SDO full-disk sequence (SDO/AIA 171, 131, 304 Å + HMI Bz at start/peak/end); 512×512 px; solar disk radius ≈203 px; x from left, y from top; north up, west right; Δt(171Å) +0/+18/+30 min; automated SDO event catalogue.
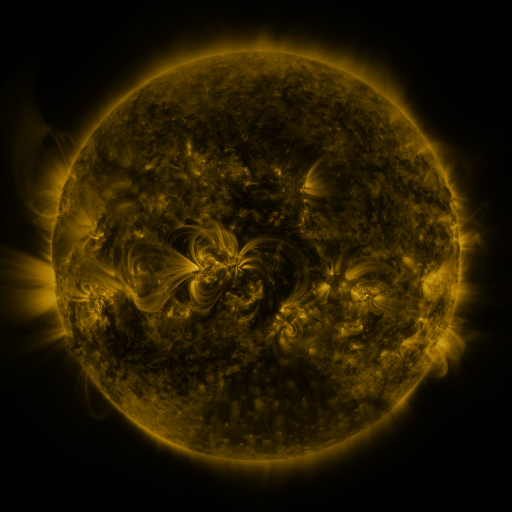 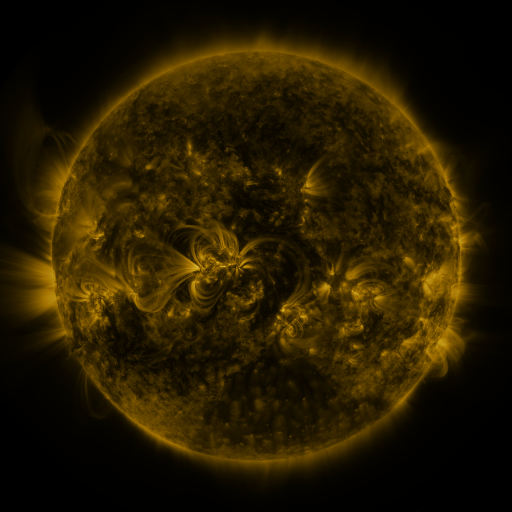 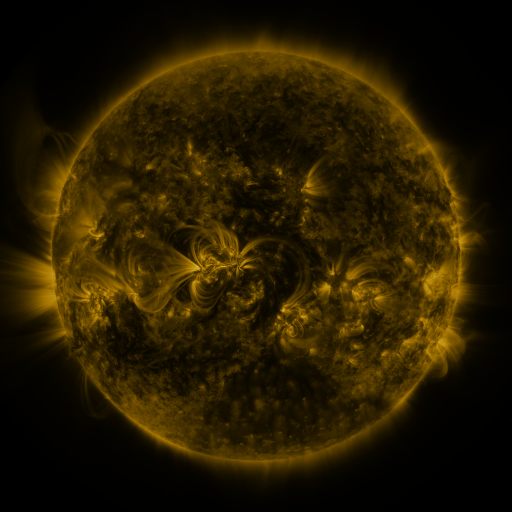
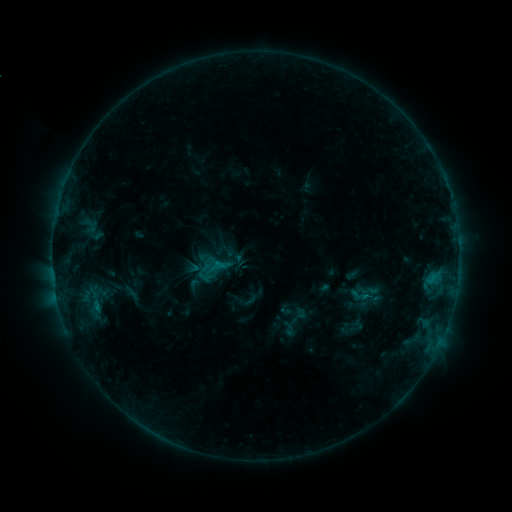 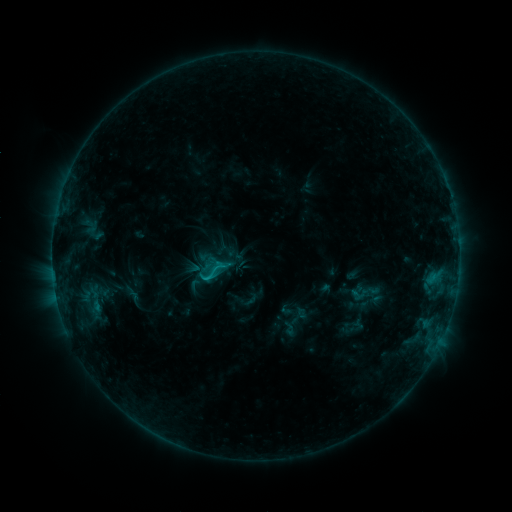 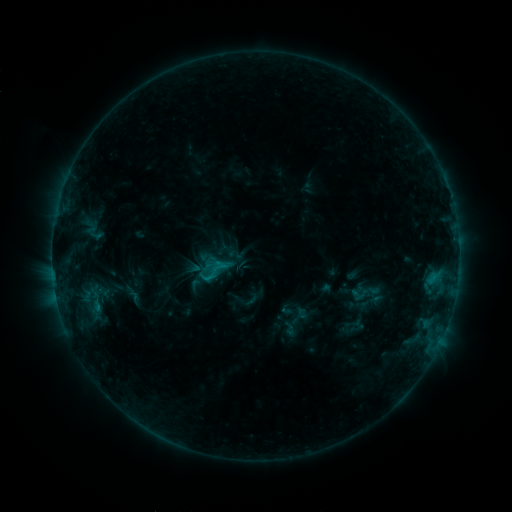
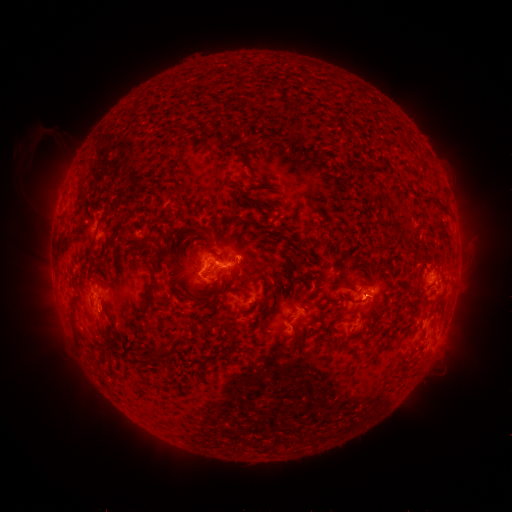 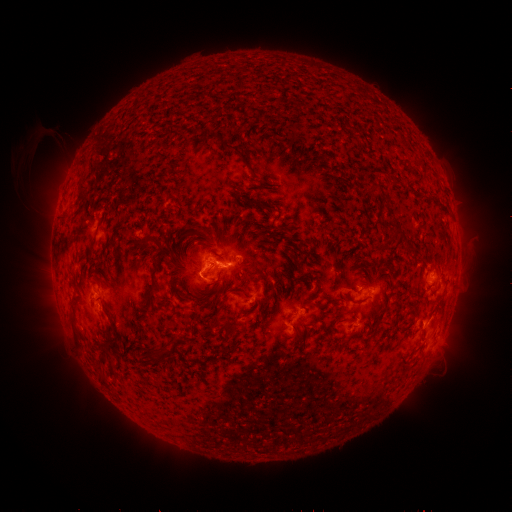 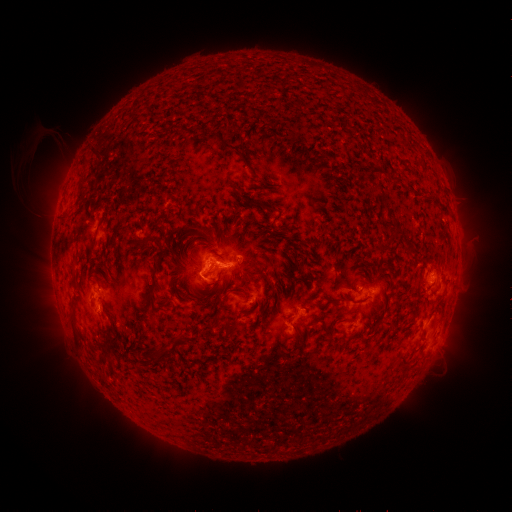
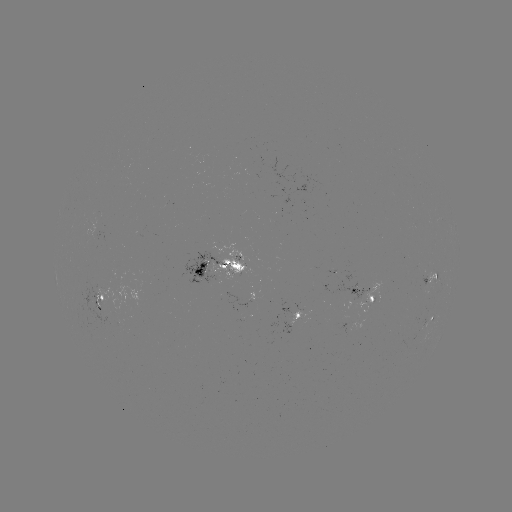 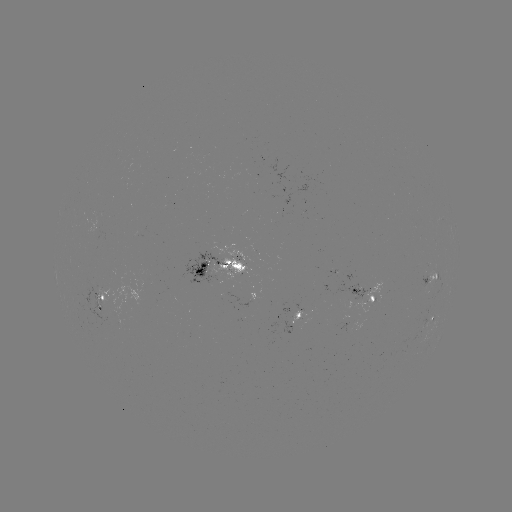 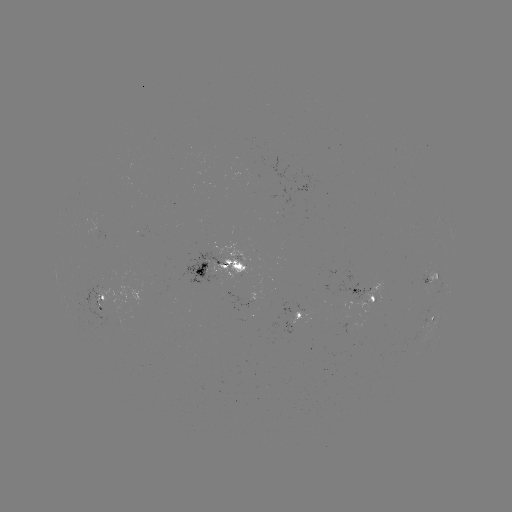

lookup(C1.0 flare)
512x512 207,276